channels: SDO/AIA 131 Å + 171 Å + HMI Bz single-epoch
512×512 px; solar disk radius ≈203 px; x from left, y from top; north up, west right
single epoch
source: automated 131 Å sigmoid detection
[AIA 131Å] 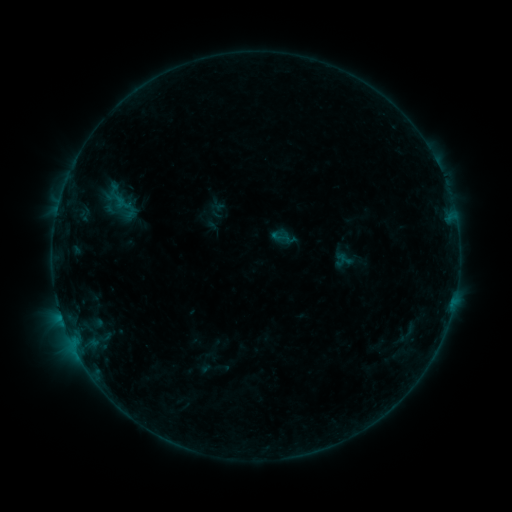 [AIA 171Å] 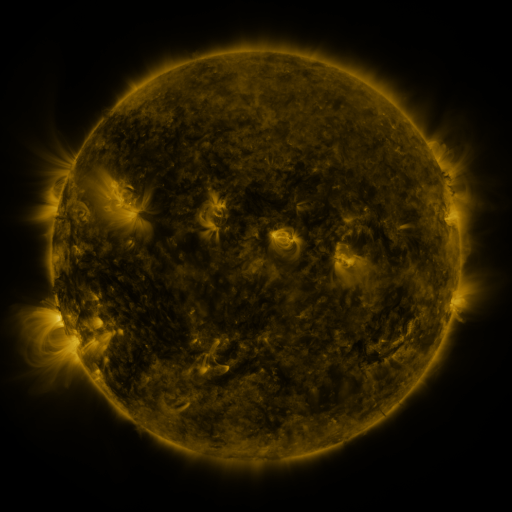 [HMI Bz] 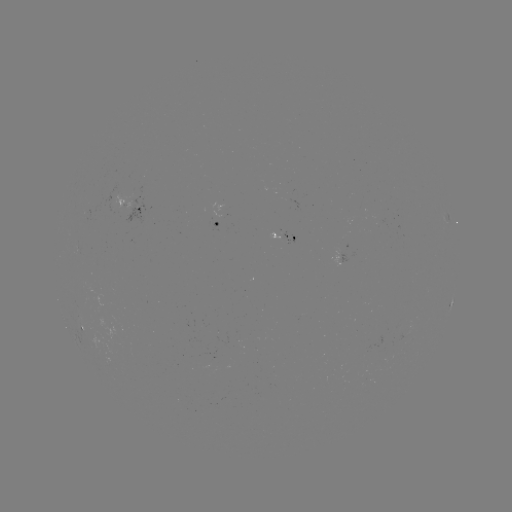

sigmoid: (270, 227, 291, 247)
